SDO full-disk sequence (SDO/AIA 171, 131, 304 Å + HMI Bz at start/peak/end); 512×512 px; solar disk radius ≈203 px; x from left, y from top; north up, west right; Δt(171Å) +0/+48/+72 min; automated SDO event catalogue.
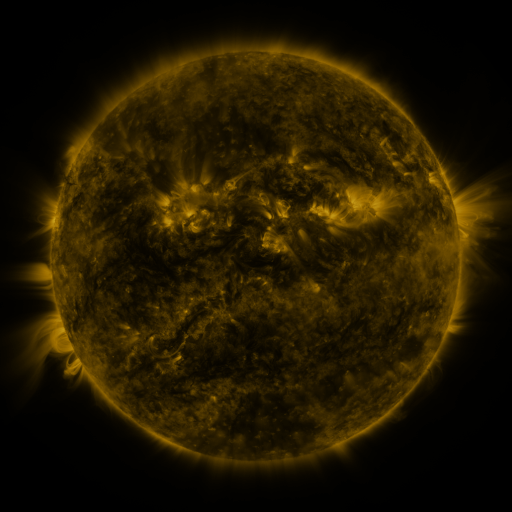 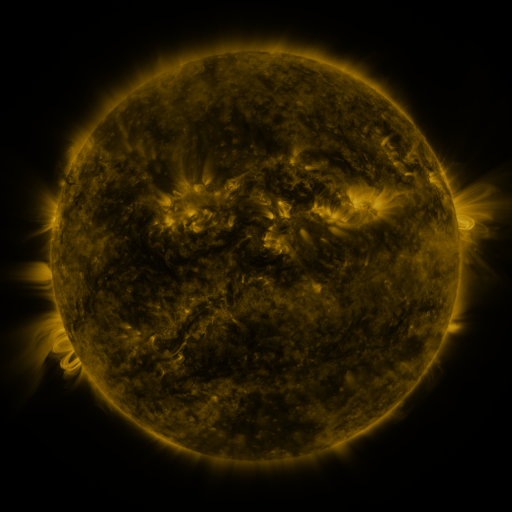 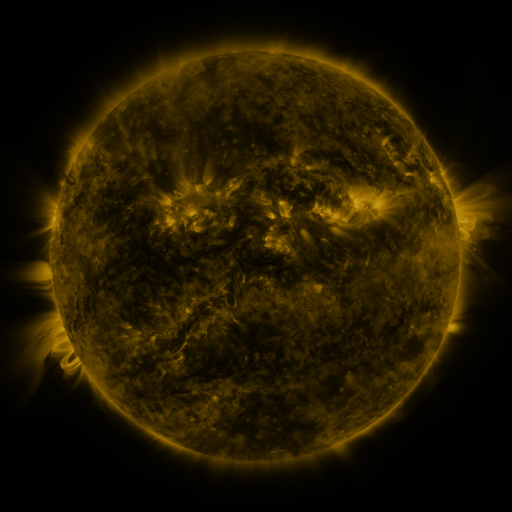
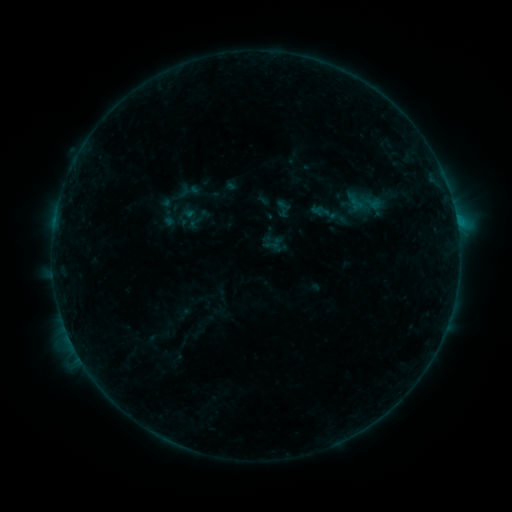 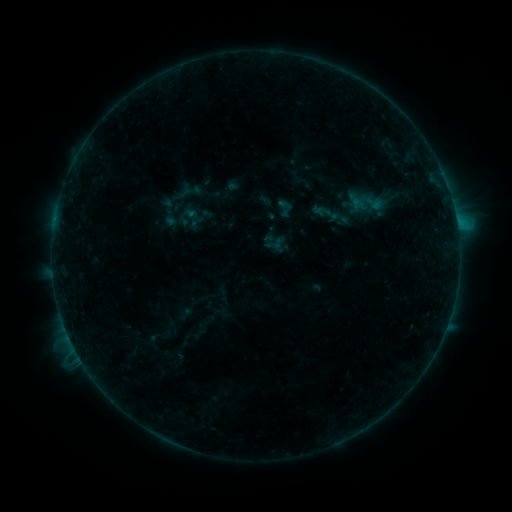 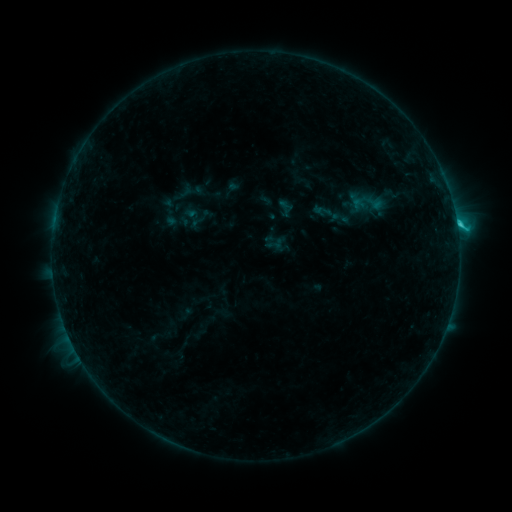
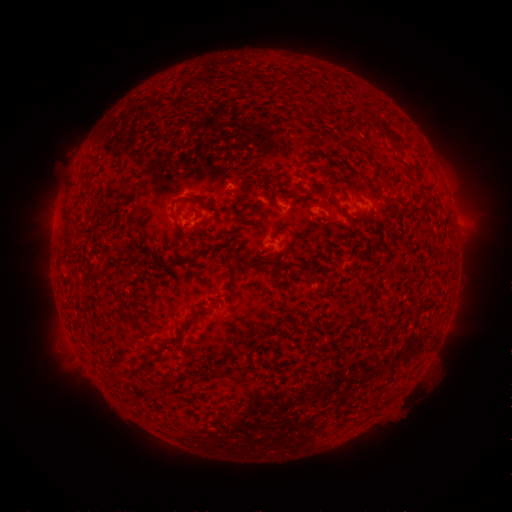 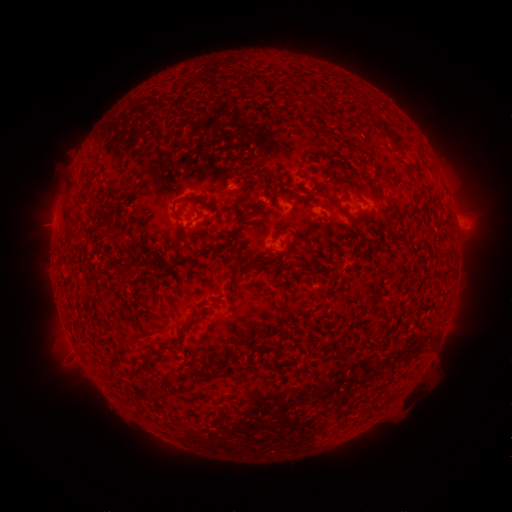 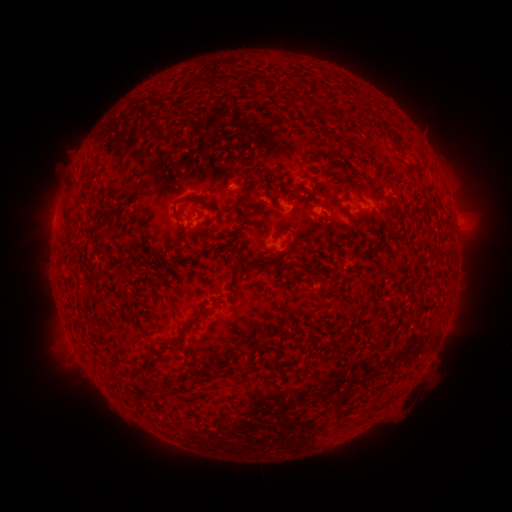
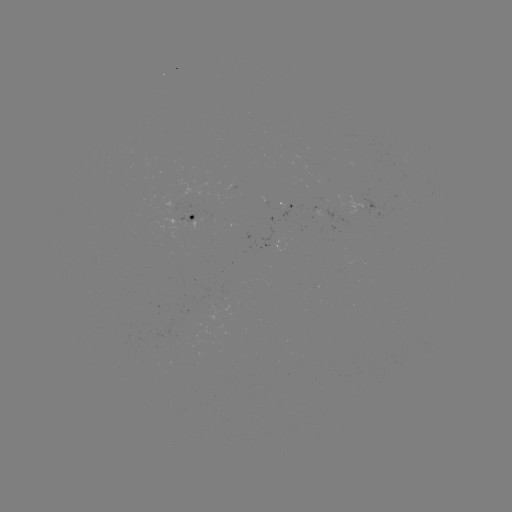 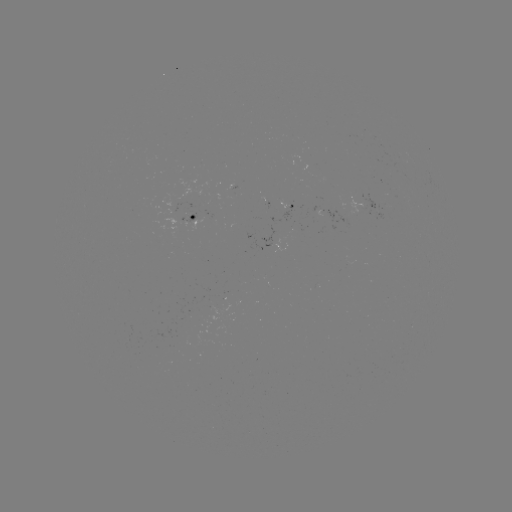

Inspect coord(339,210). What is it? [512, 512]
emerging-flux region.